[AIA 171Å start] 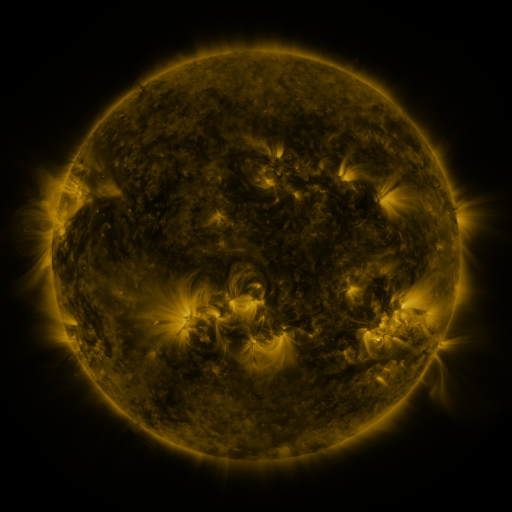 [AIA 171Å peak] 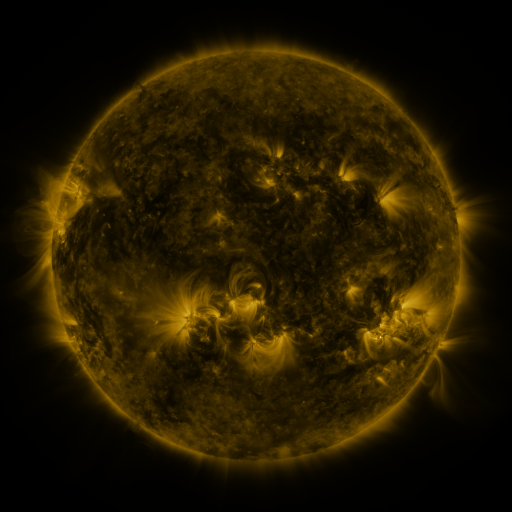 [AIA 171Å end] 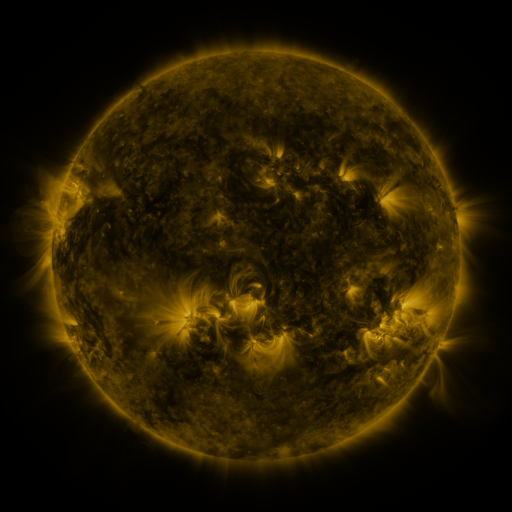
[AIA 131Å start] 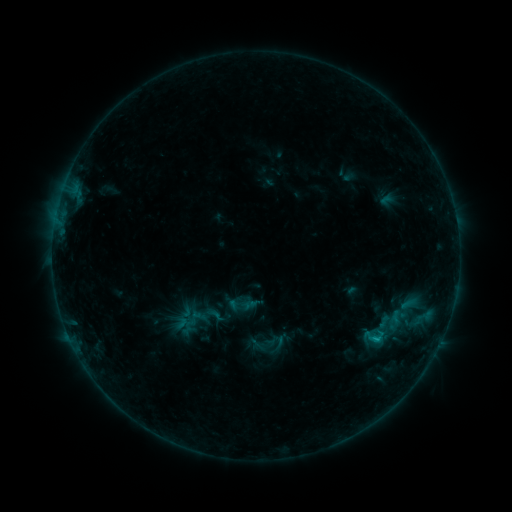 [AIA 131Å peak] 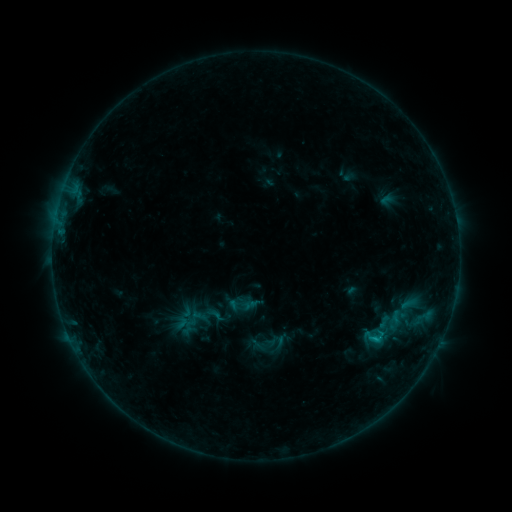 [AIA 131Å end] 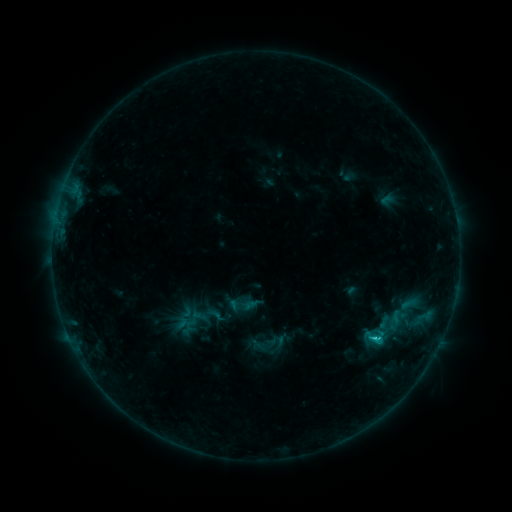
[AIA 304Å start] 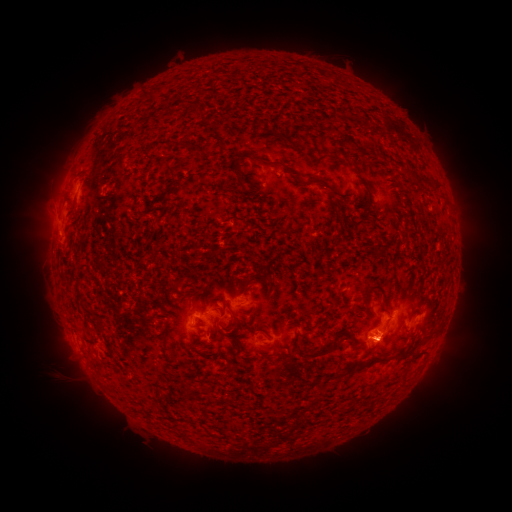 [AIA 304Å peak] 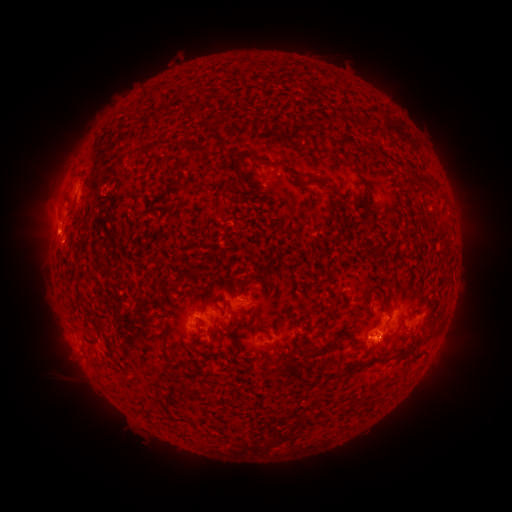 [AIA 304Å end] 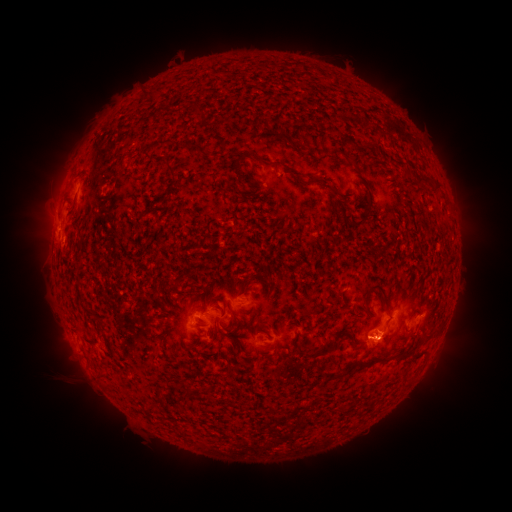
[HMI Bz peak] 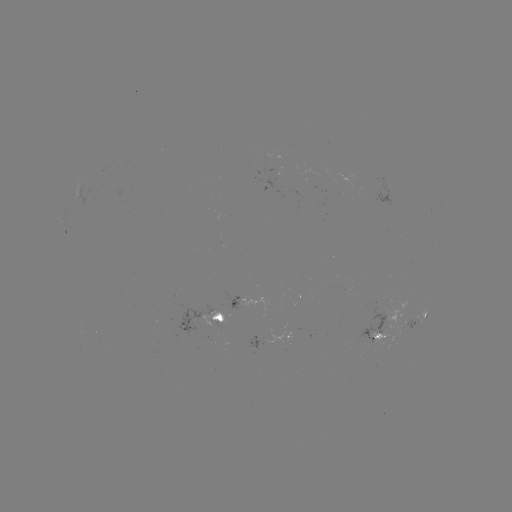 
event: eruption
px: (51, 232)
